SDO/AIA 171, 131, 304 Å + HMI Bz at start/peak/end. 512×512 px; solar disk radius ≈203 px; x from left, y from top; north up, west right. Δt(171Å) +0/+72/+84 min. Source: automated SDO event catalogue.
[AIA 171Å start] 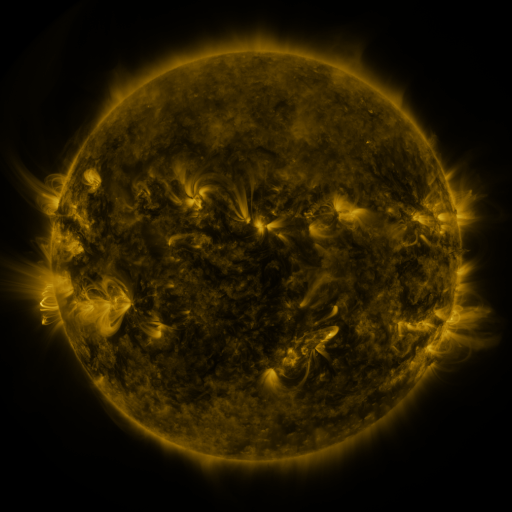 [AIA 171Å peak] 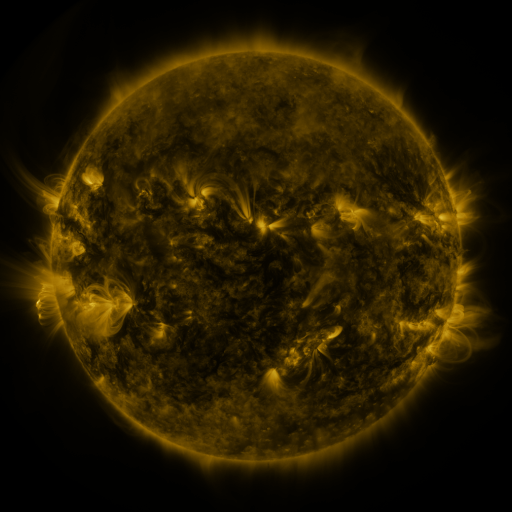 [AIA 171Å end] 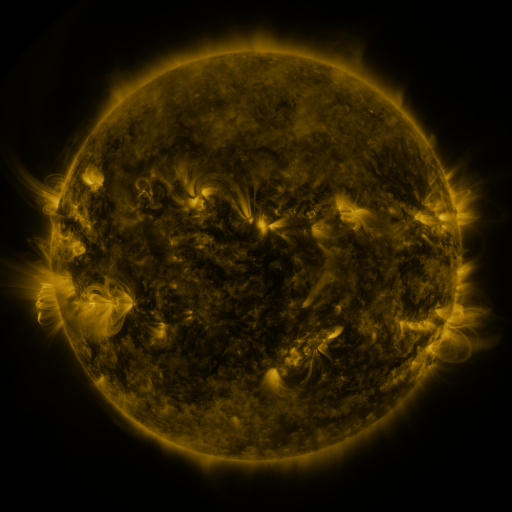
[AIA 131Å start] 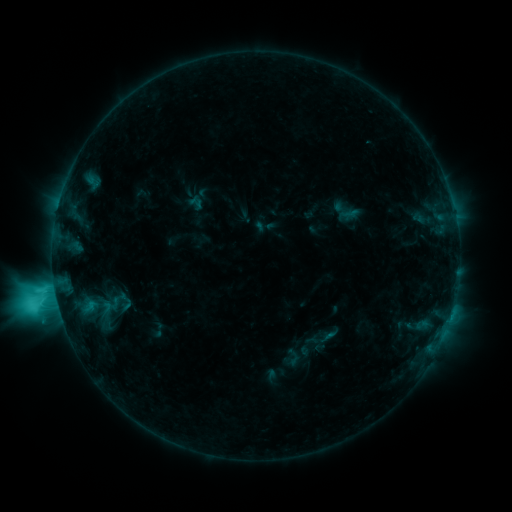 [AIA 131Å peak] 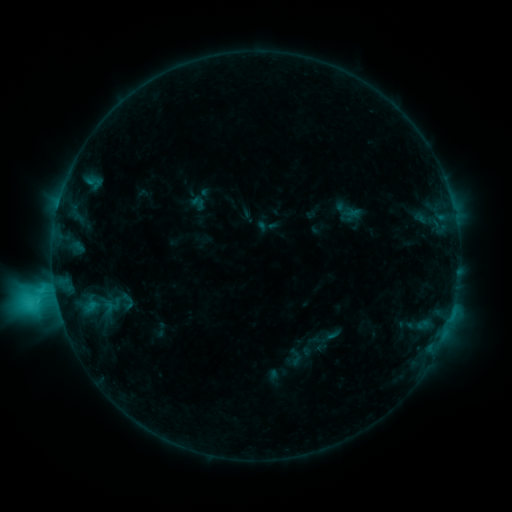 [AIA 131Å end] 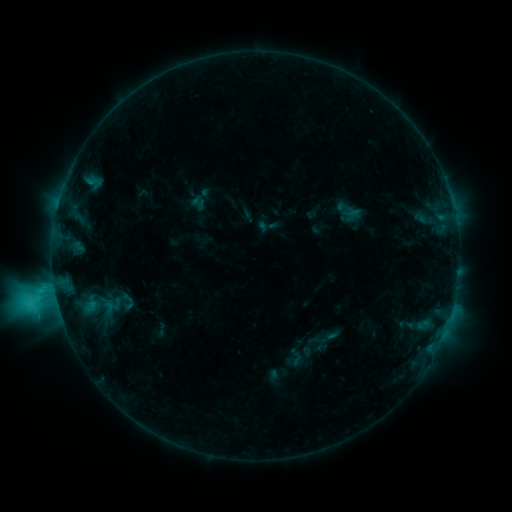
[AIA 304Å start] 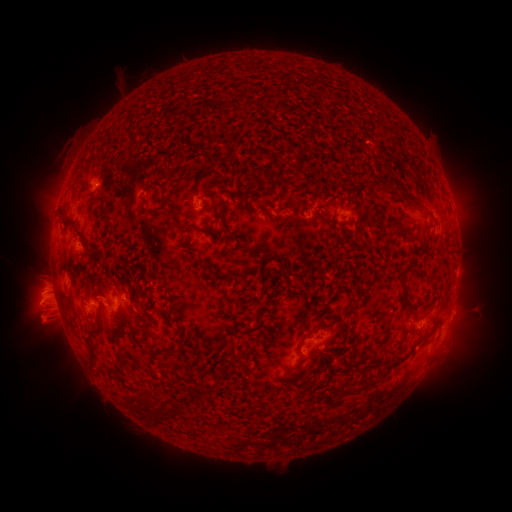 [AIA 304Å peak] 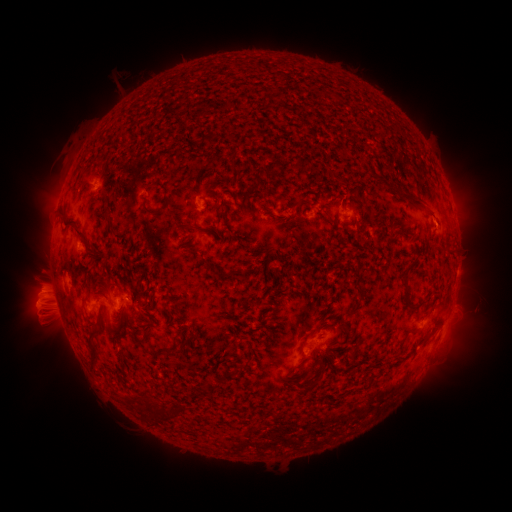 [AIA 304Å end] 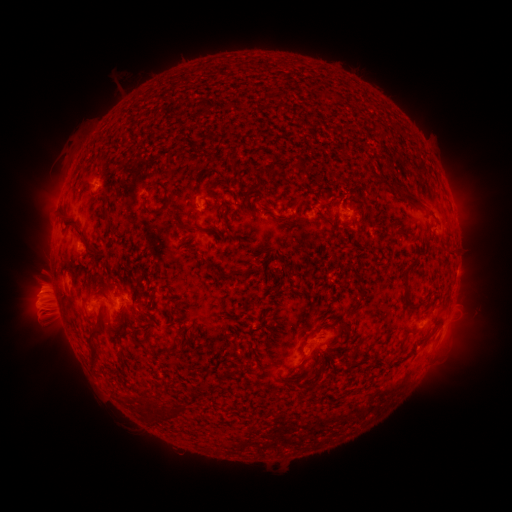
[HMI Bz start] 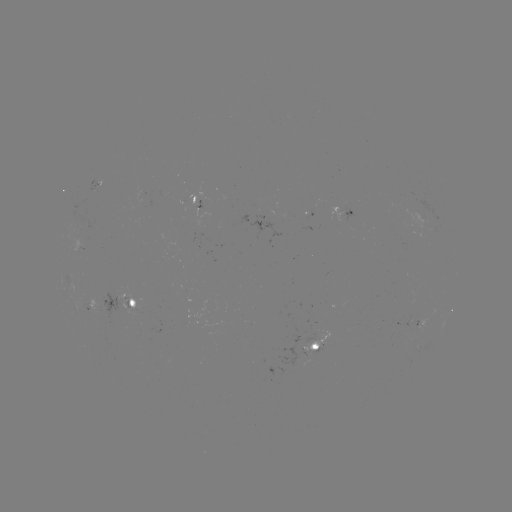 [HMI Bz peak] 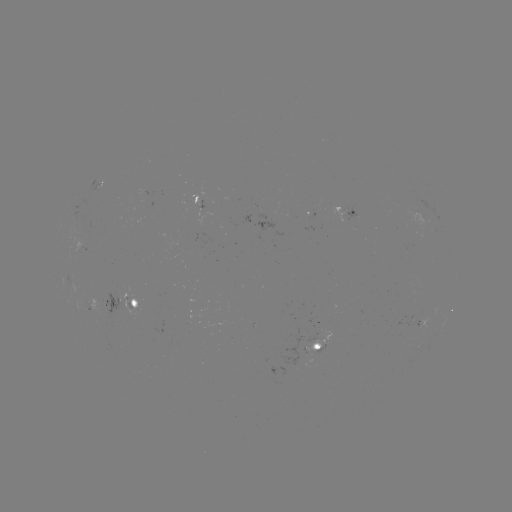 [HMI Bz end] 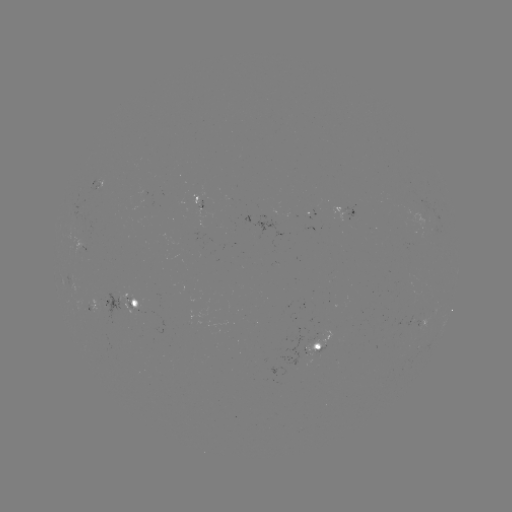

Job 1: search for emerging-flux region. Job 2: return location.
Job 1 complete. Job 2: (86, 233).